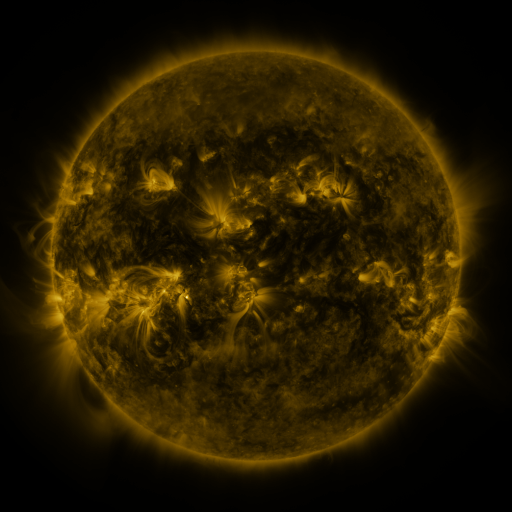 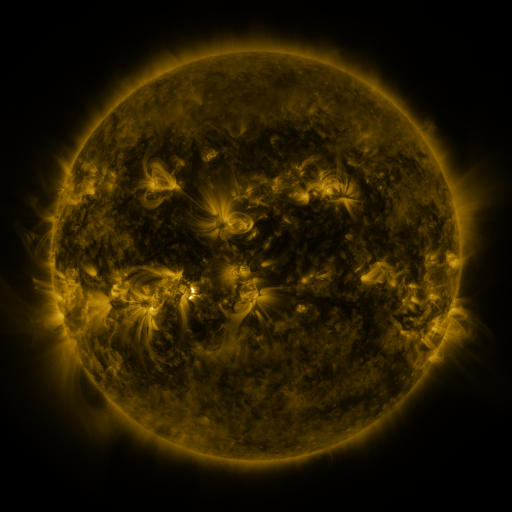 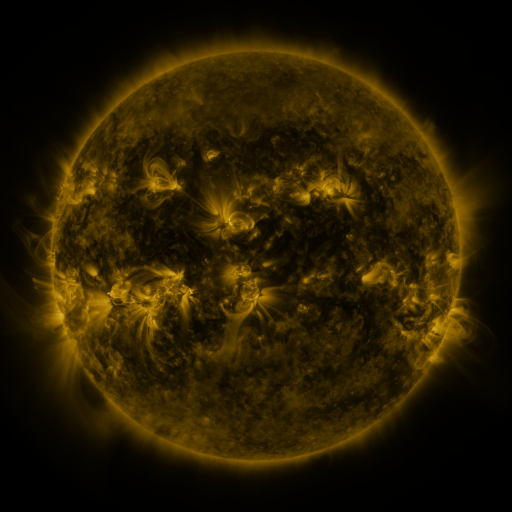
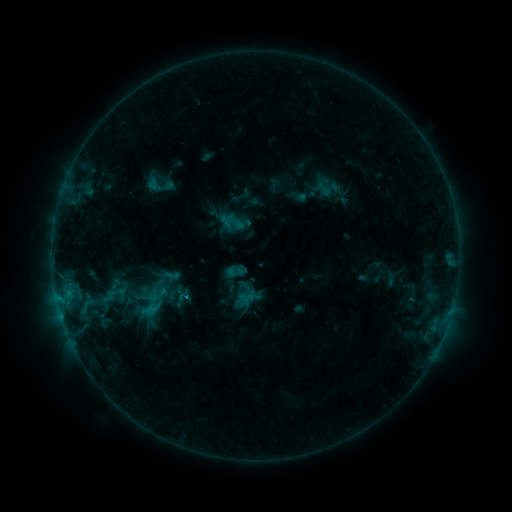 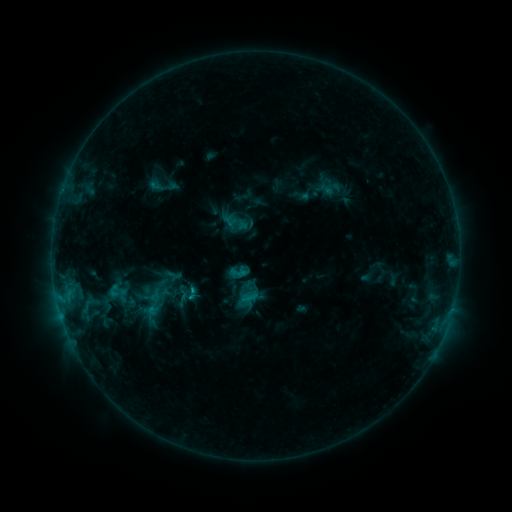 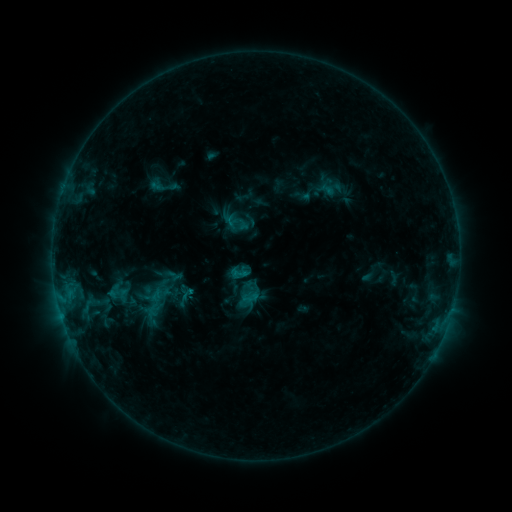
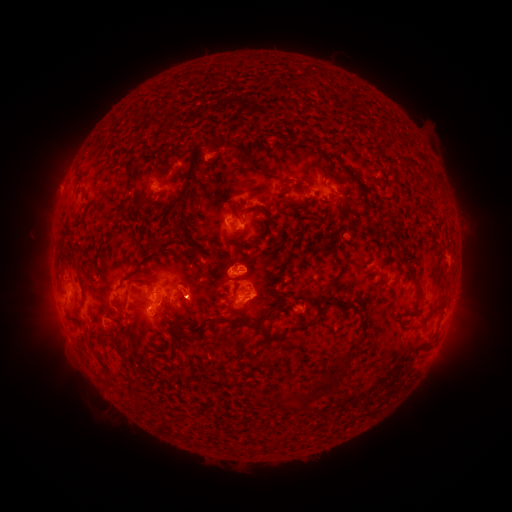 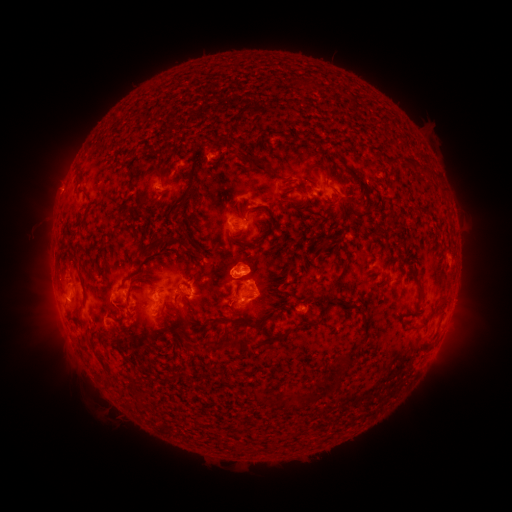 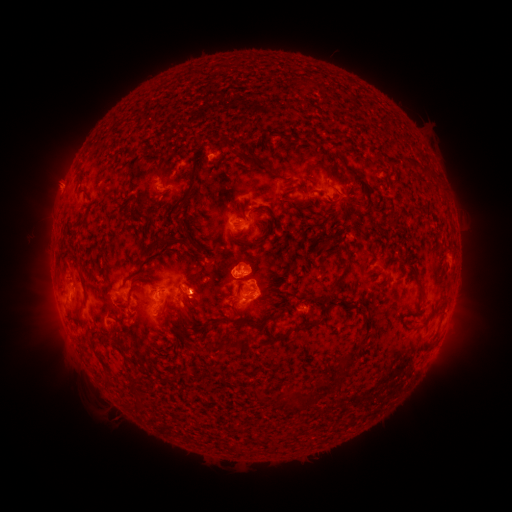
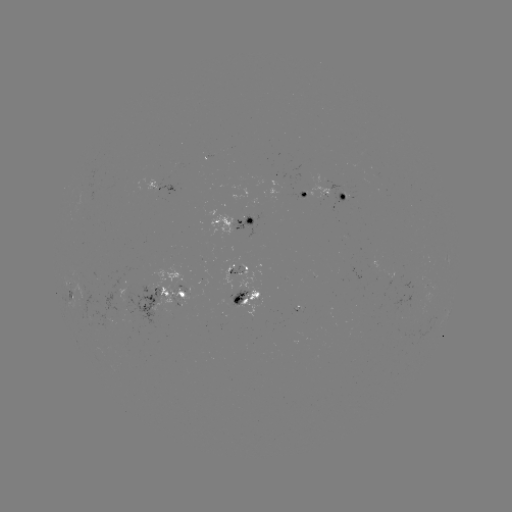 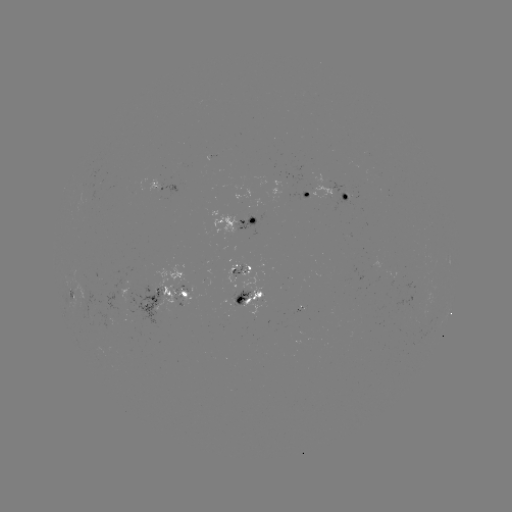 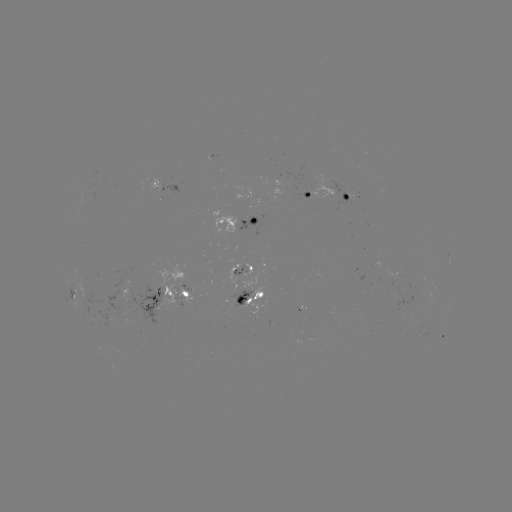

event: emerging-flux region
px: (235, 301)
